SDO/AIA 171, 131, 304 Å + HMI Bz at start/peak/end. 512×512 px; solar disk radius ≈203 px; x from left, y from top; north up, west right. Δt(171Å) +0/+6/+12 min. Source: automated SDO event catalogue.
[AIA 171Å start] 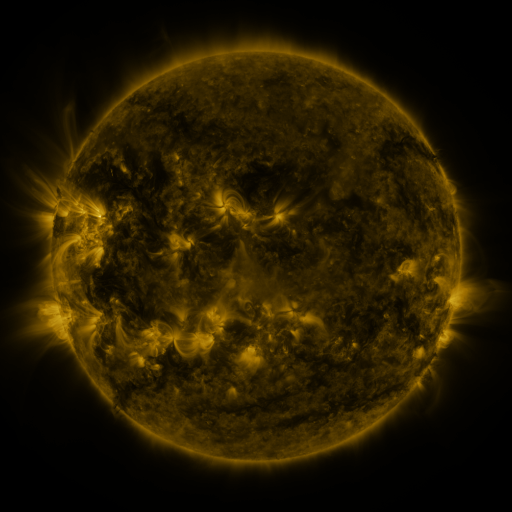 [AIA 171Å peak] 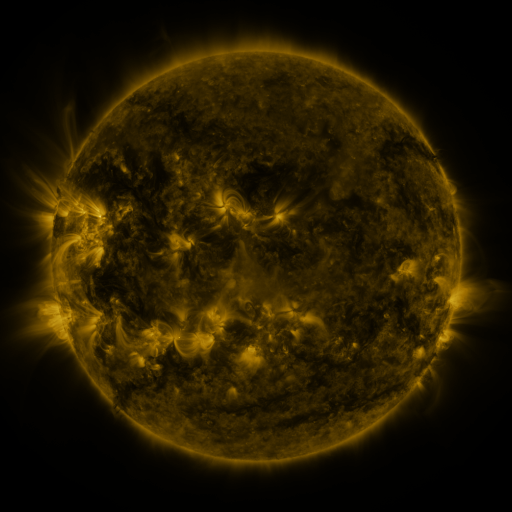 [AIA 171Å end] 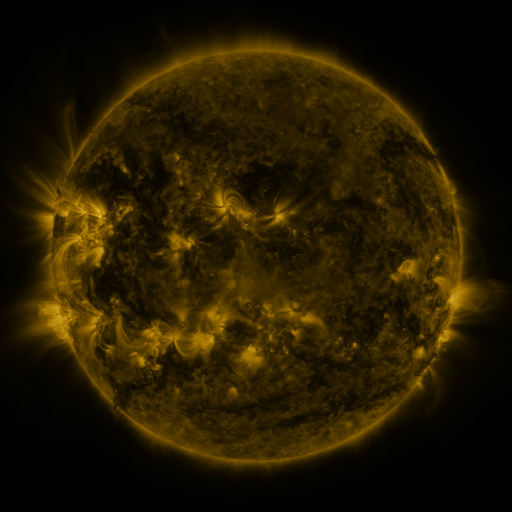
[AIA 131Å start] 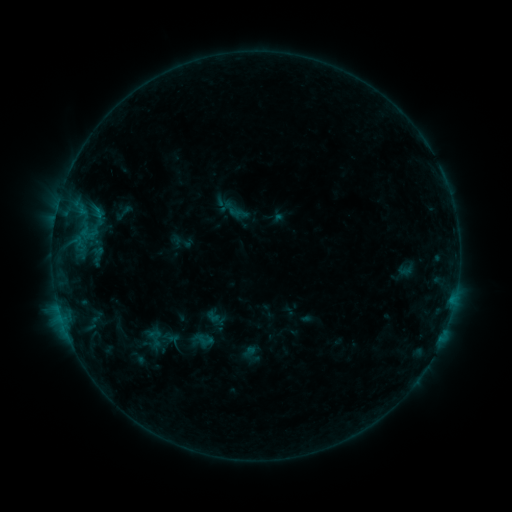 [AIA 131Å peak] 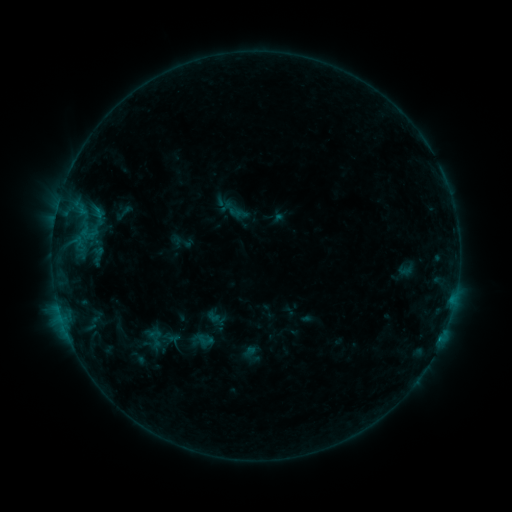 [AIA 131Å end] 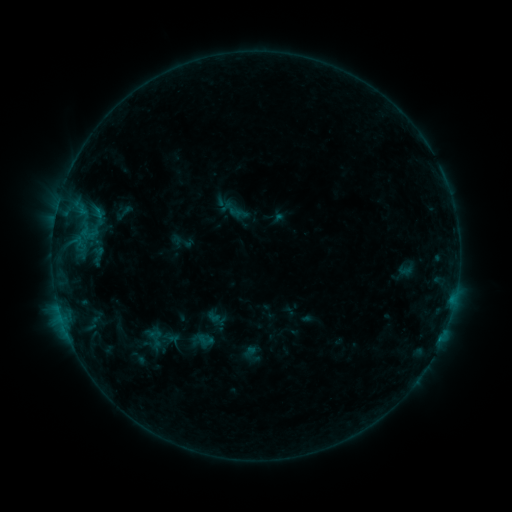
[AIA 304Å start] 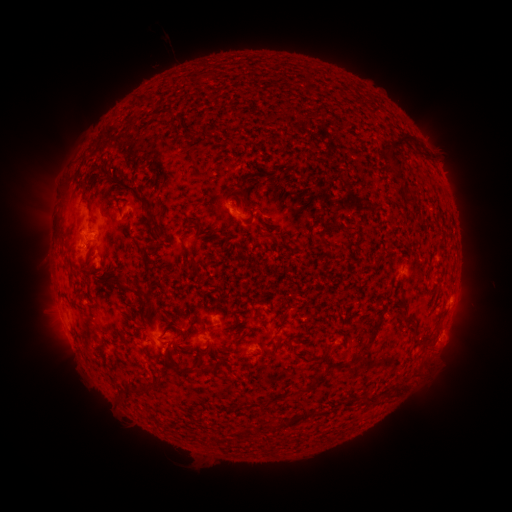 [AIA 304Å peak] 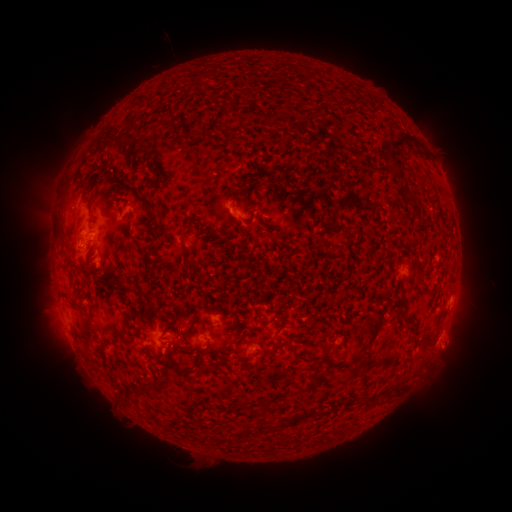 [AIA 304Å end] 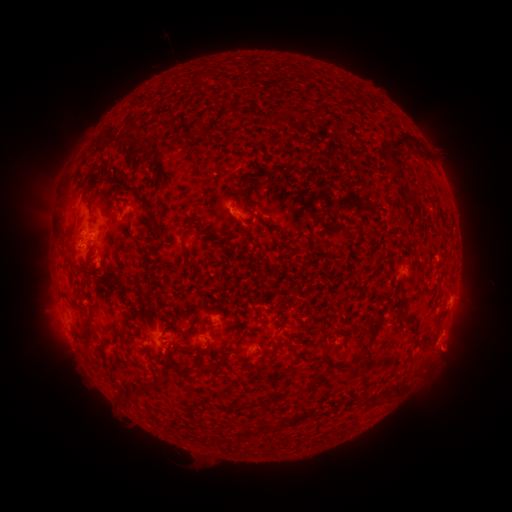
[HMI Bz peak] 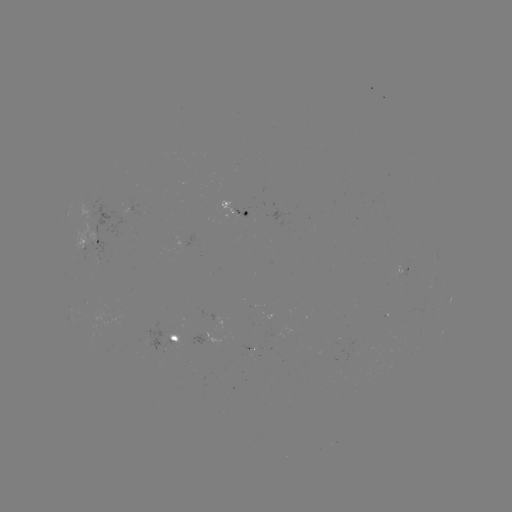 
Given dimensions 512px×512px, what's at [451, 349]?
eruption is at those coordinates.